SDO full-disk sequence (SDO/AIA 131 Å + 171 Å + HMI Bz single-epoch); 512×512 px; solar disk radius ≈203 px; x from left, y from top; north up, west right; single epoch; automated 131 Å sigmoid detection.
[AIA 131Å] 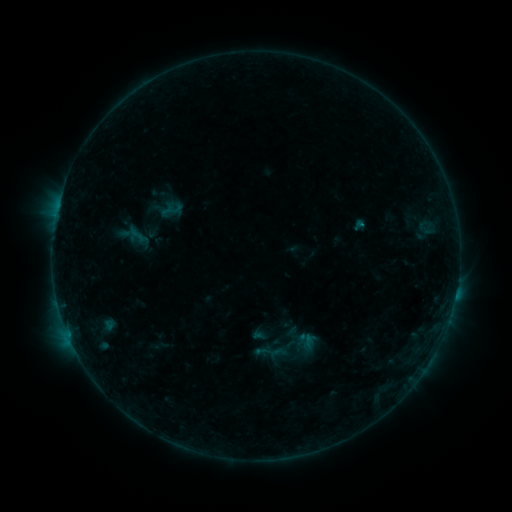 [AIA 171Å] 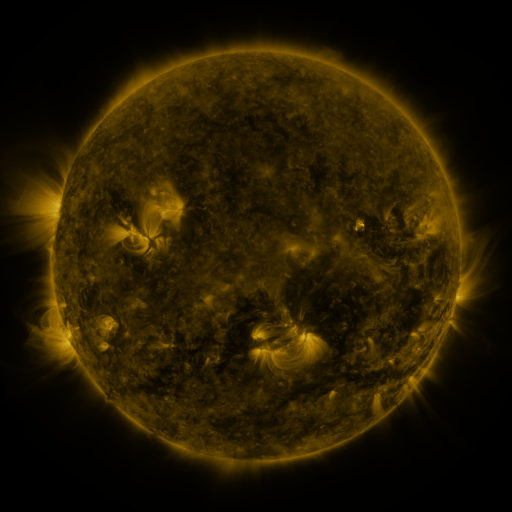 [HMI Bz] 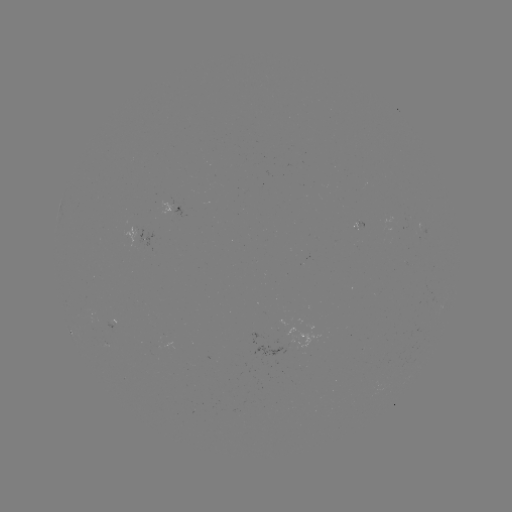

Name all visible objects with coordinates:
sigmoid: (137, 235)
